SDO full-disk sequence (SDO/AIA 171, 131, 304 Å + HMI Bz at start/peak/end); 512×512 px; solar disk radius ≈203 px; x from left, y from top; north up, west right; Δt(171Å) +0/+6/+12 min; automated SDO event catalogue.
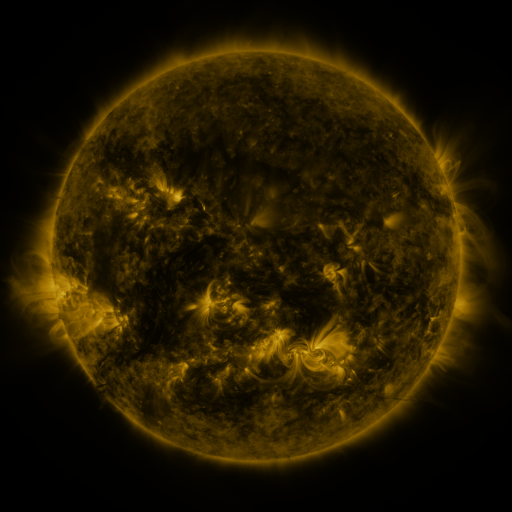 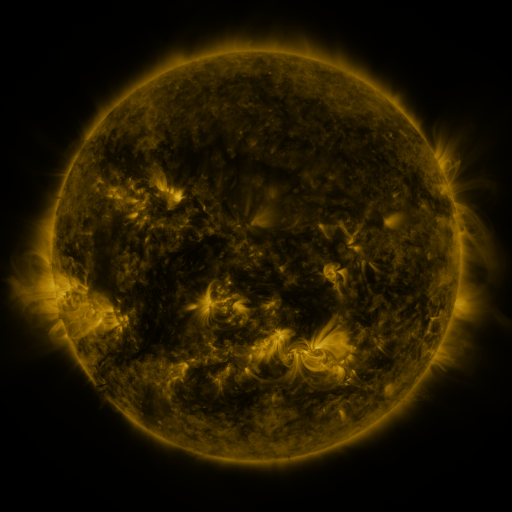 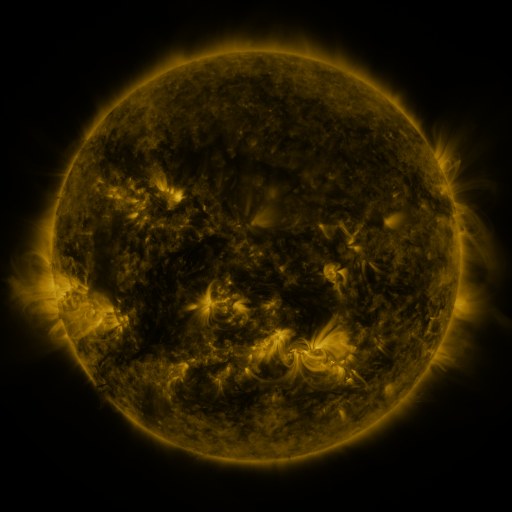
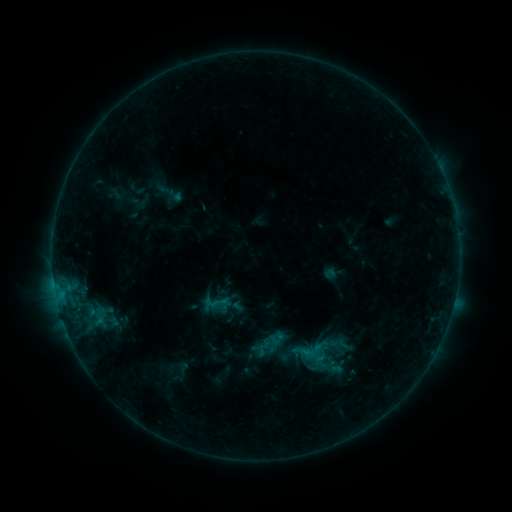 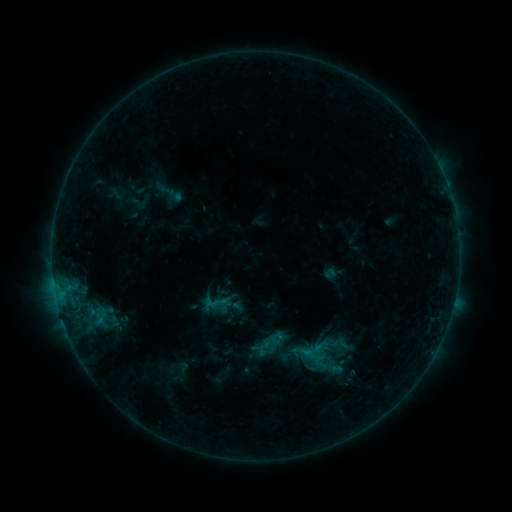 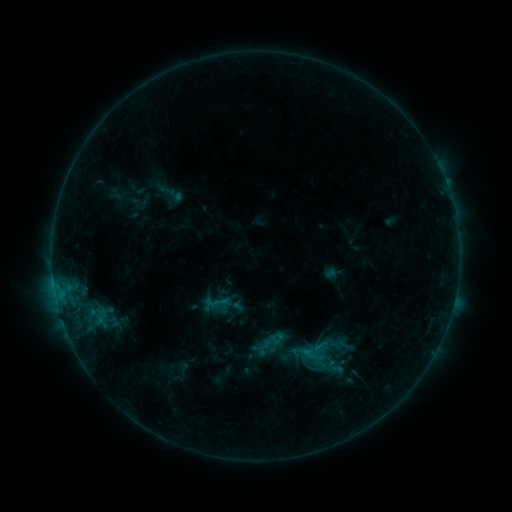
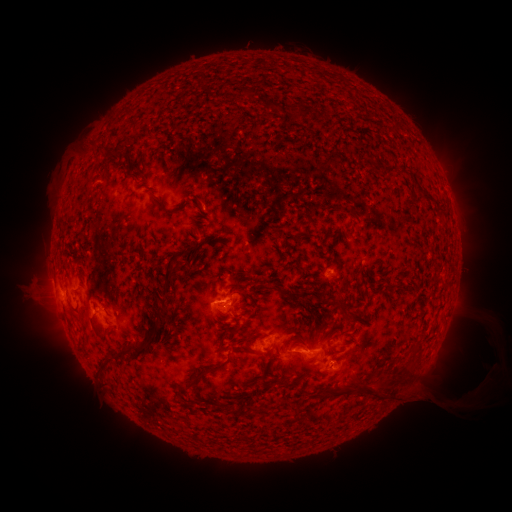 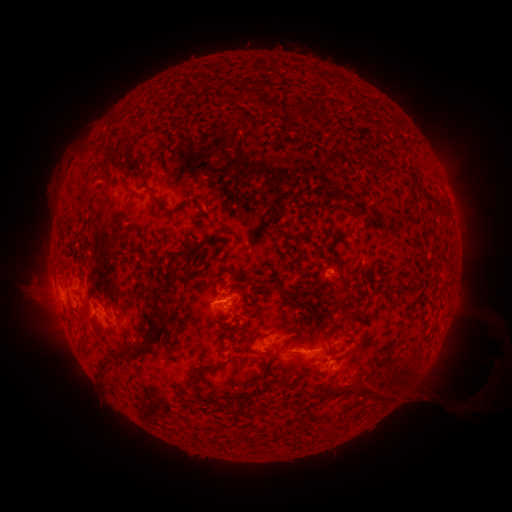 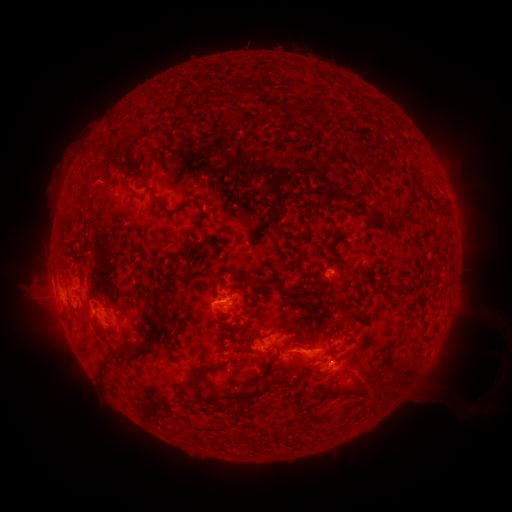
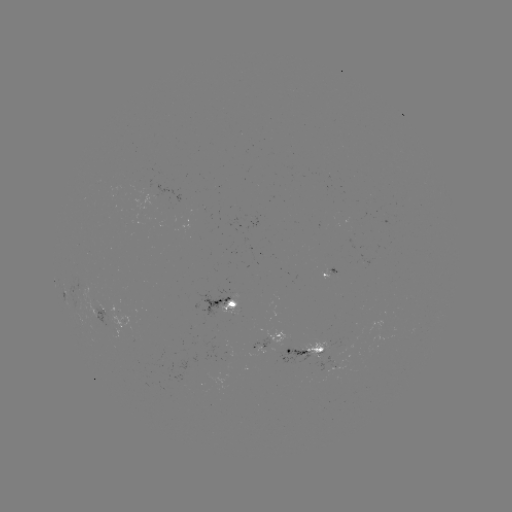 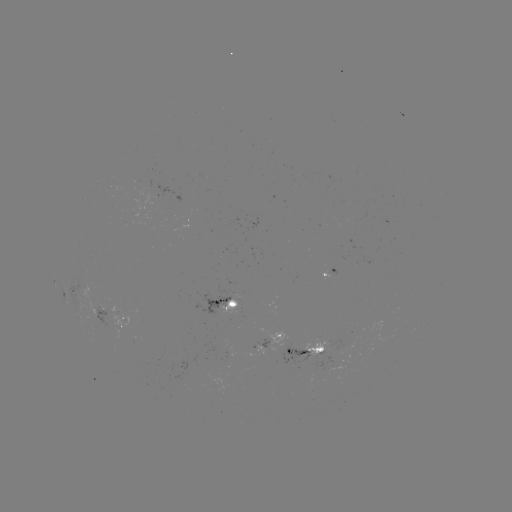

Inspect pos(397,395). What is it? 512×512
eruption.